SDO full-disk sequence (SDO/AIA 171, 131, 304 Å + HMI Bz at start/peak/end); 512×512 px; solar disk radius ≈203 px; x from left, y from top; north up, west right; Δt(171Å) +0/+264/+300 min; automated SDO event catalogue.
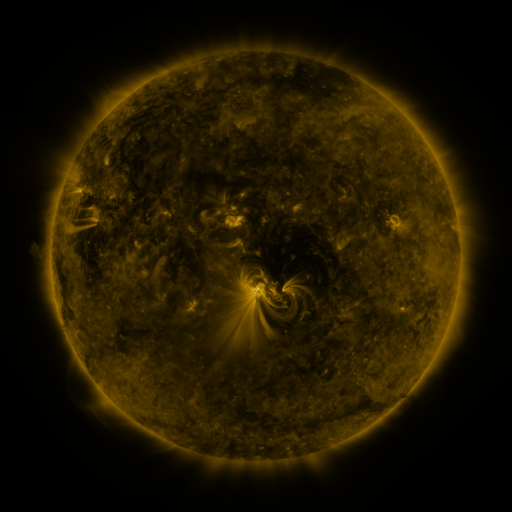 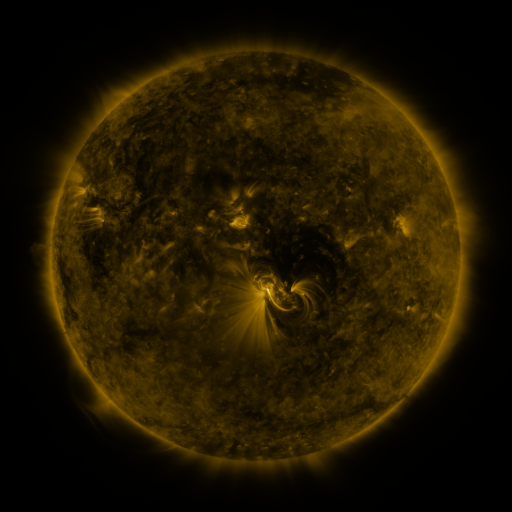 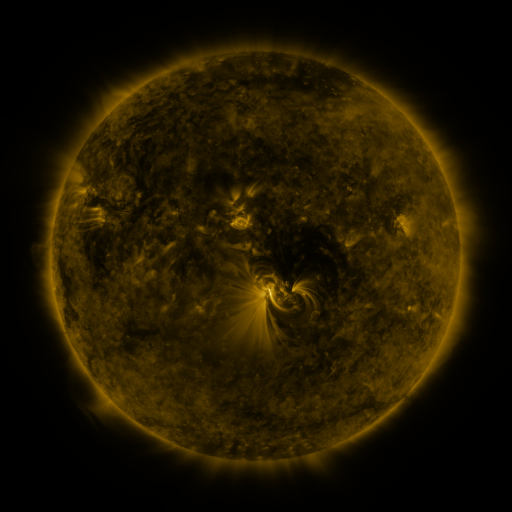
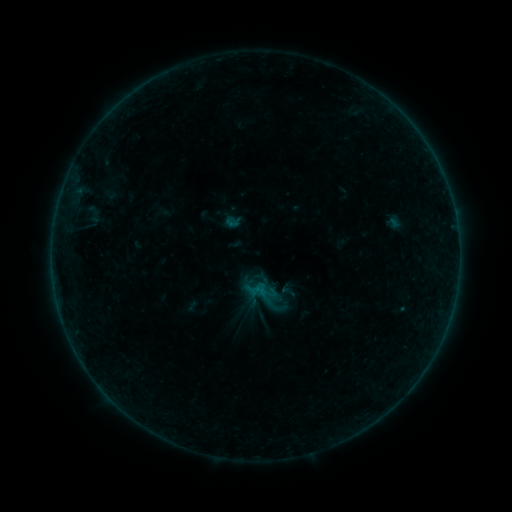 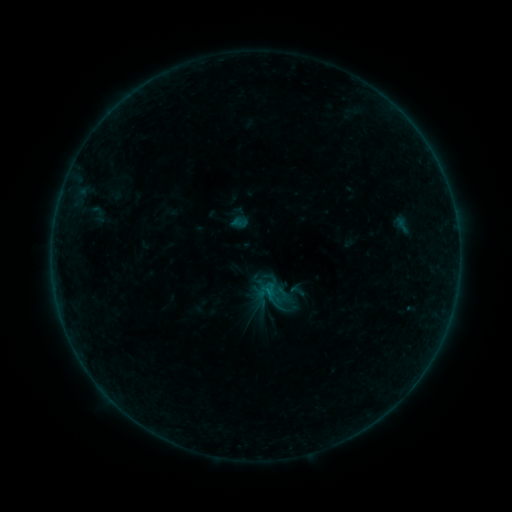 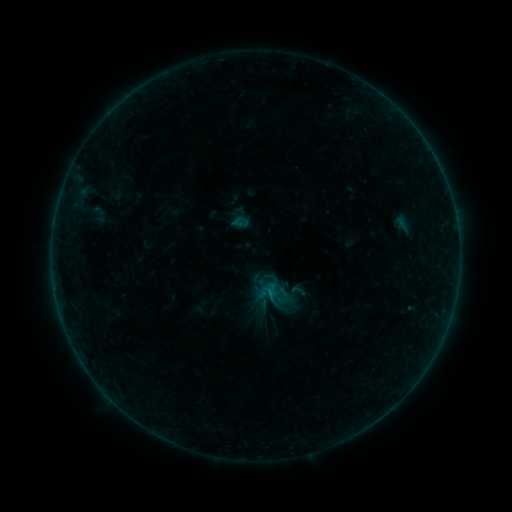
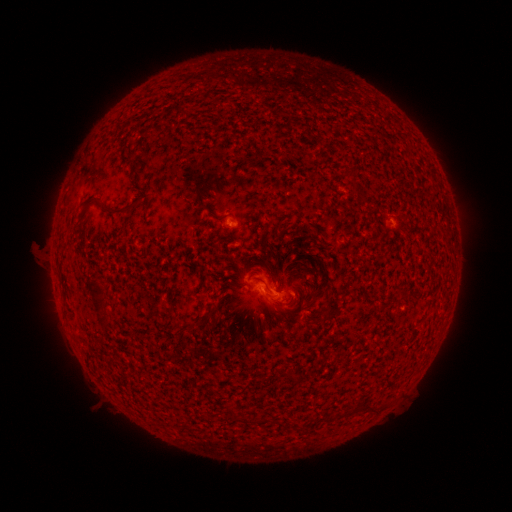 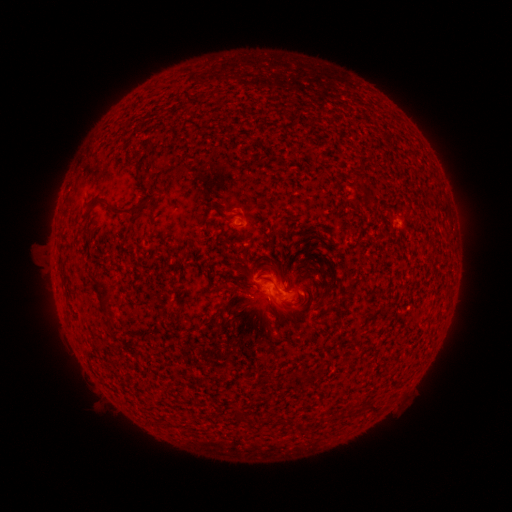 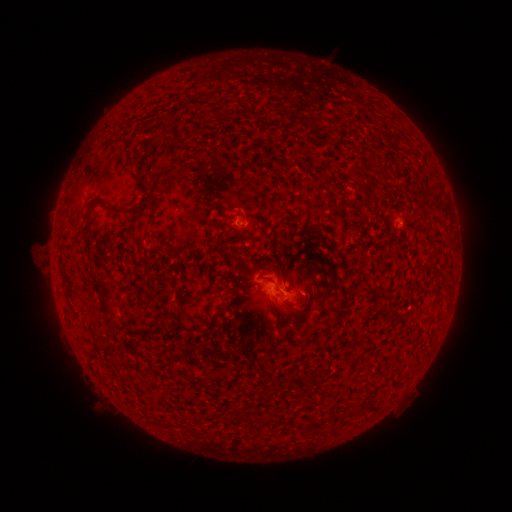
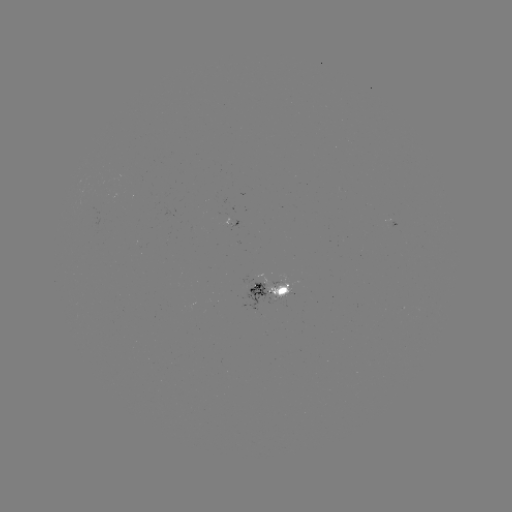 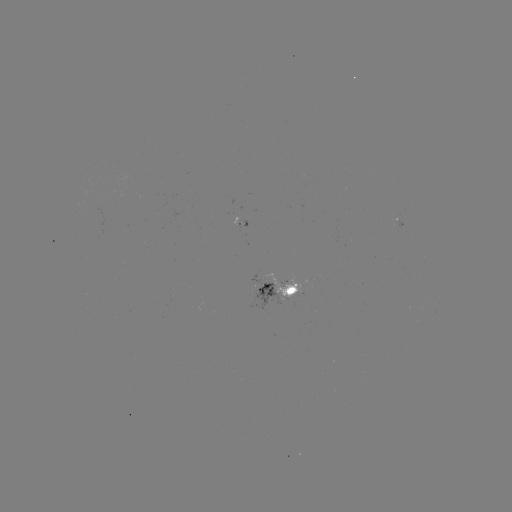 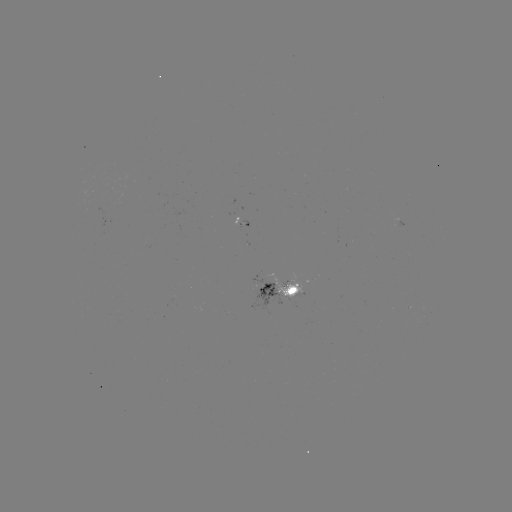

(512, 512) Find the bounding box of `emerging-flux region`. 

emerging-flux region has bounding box [264, 272, 303, 298].